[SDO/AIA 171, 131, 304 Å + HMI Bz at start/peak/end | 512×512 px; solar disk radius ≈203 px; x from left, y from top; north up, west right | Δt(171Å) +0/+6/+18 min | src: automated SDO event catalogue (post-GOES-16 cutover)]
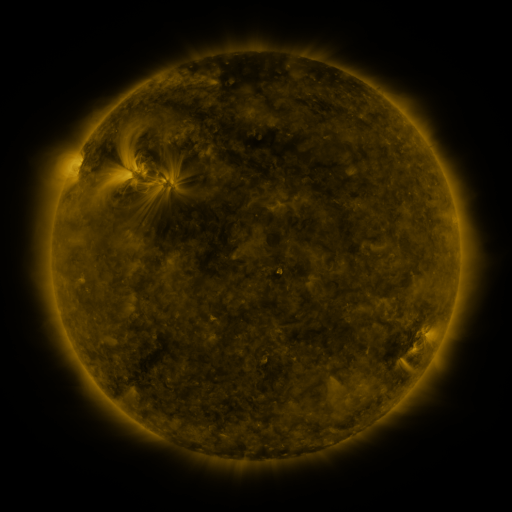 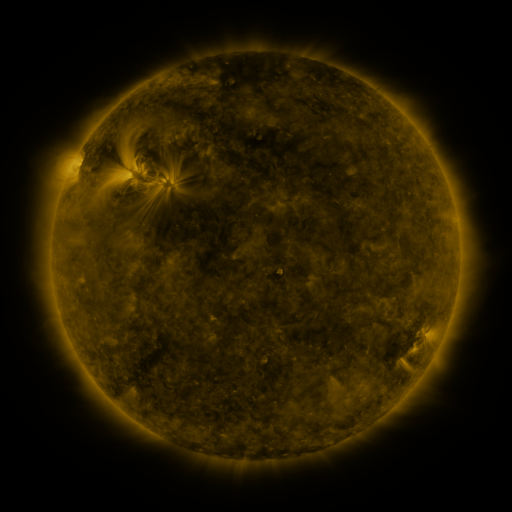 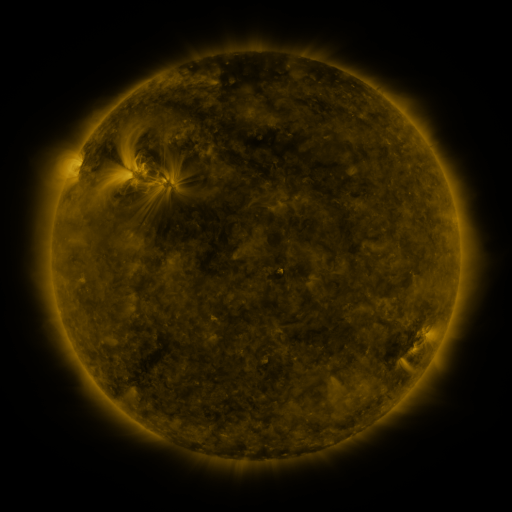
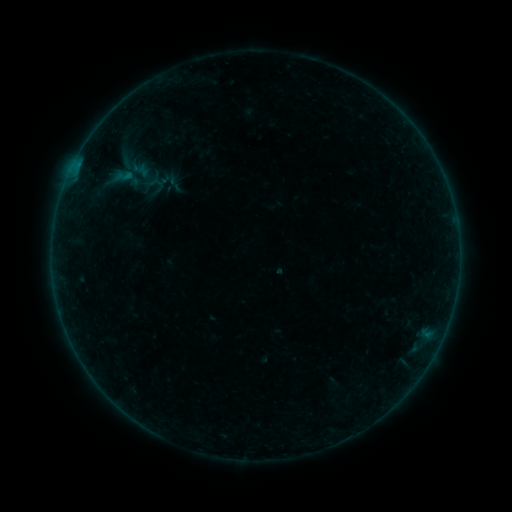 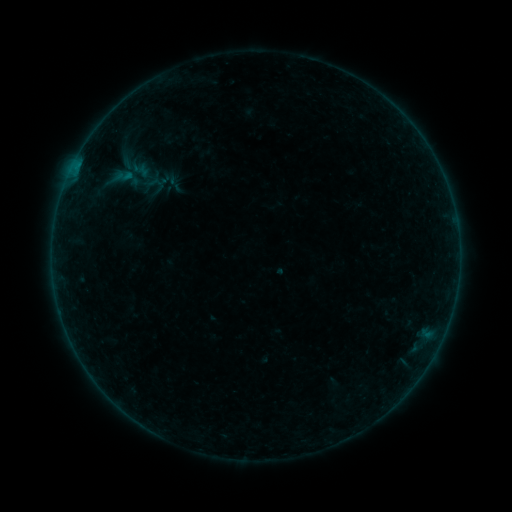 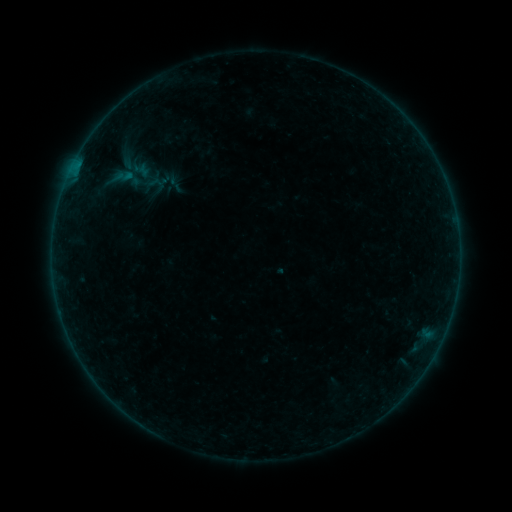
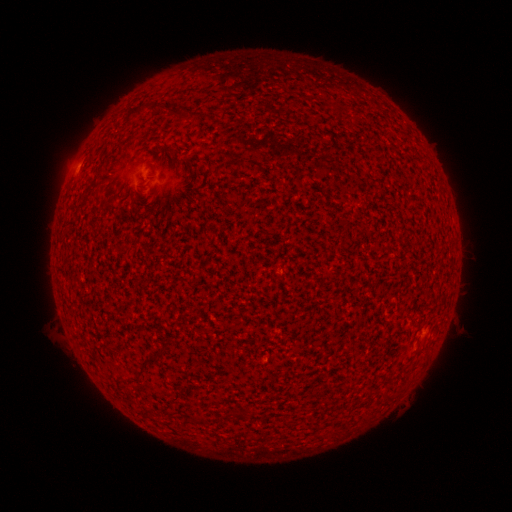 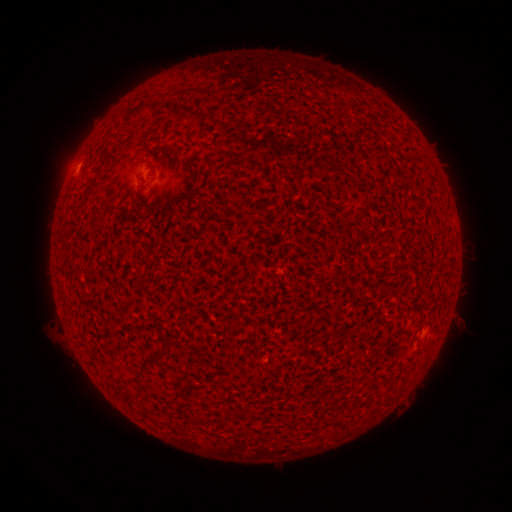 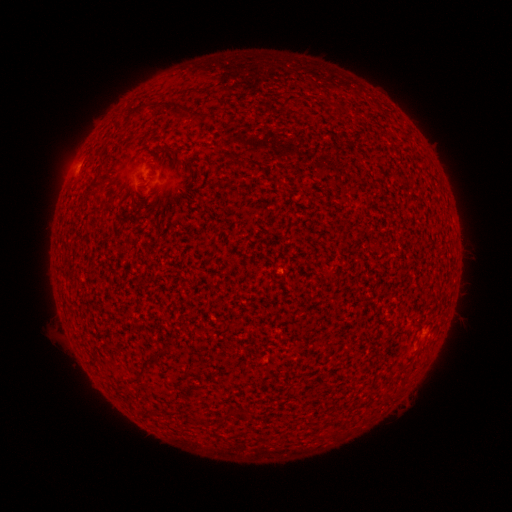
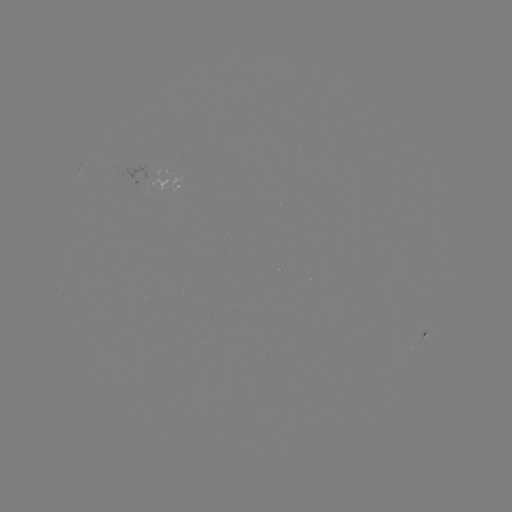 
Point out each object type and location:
A8.7 flare: (75, 170)
